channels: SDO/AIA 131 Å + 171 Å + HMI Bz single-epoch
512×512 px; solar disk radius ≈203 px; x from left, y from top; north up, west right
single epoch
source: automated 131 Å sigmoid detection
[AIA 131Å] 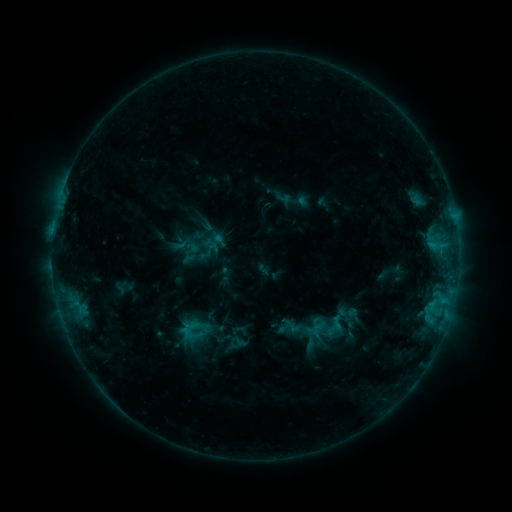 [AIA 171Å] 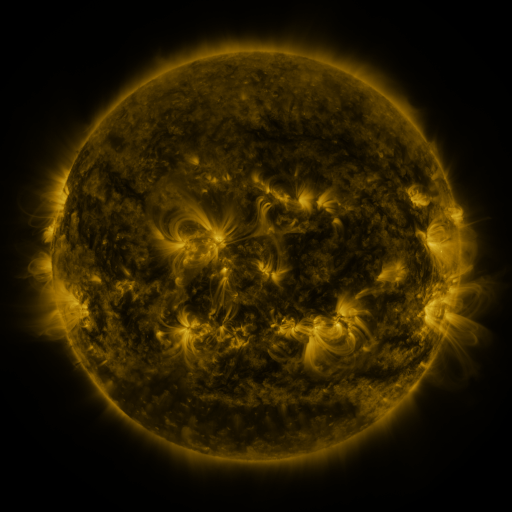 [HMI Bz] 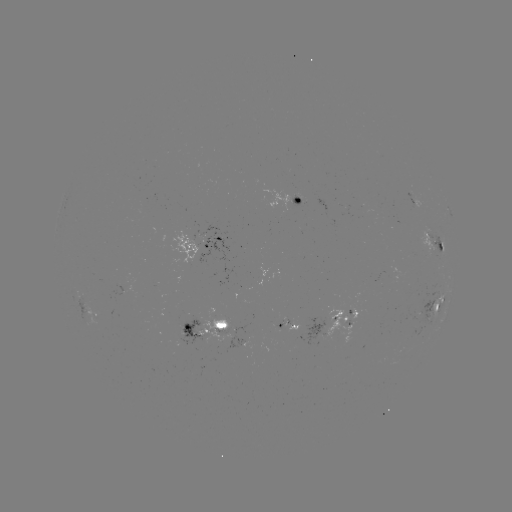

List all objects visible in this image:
sigmoid: (333, 329)
